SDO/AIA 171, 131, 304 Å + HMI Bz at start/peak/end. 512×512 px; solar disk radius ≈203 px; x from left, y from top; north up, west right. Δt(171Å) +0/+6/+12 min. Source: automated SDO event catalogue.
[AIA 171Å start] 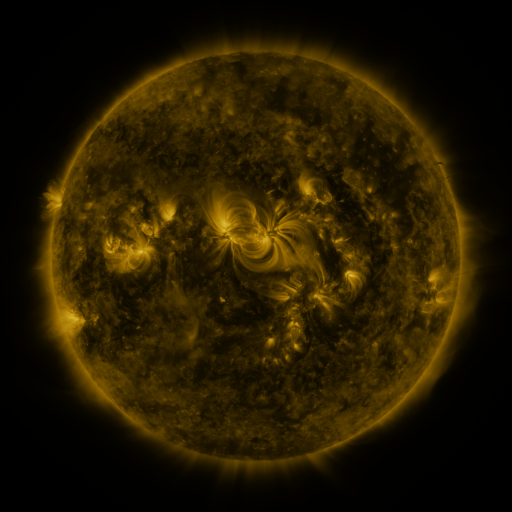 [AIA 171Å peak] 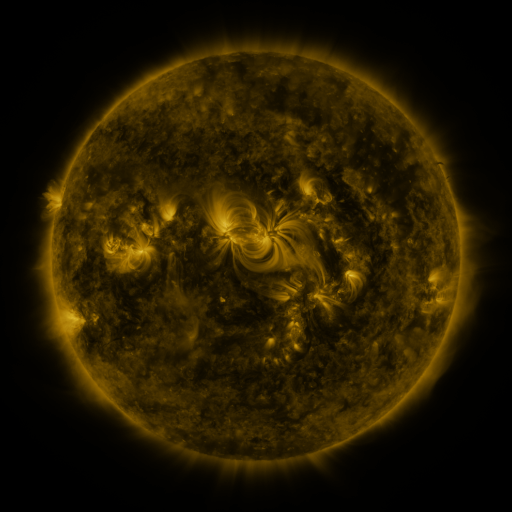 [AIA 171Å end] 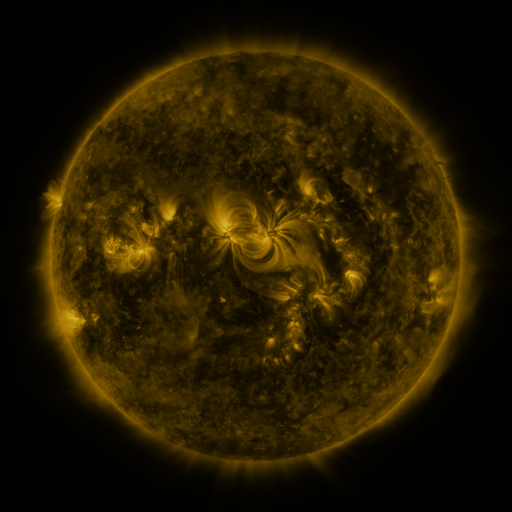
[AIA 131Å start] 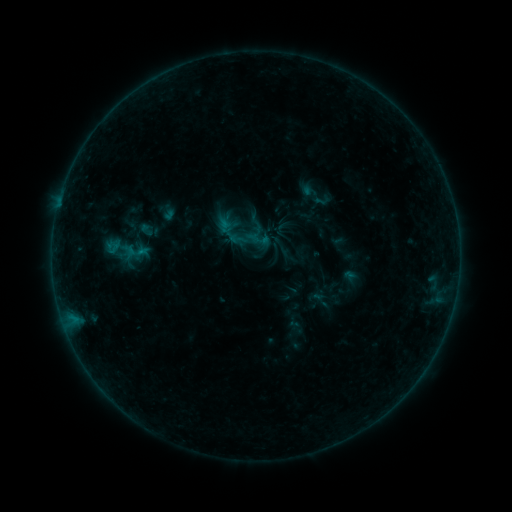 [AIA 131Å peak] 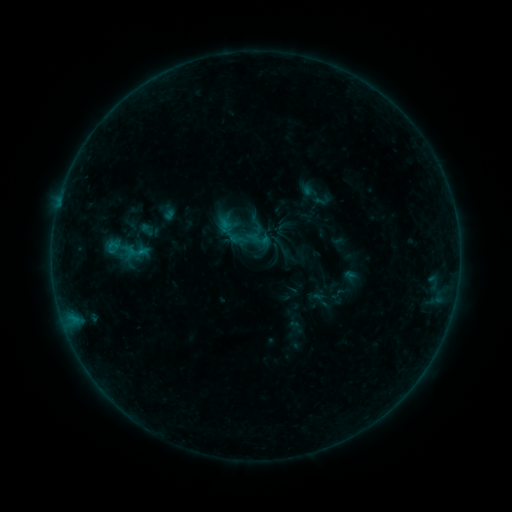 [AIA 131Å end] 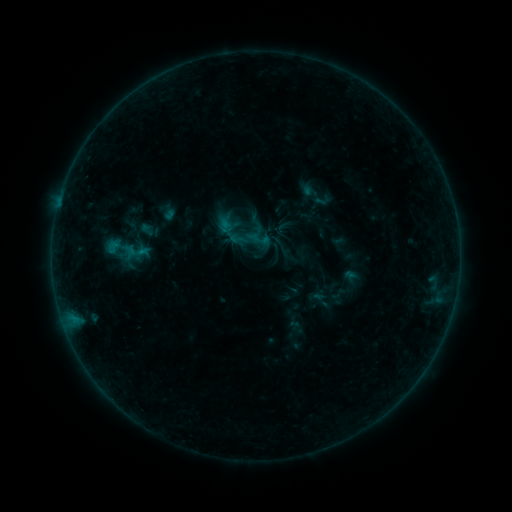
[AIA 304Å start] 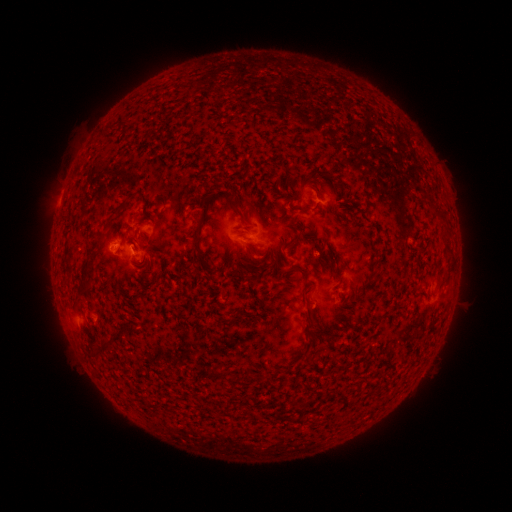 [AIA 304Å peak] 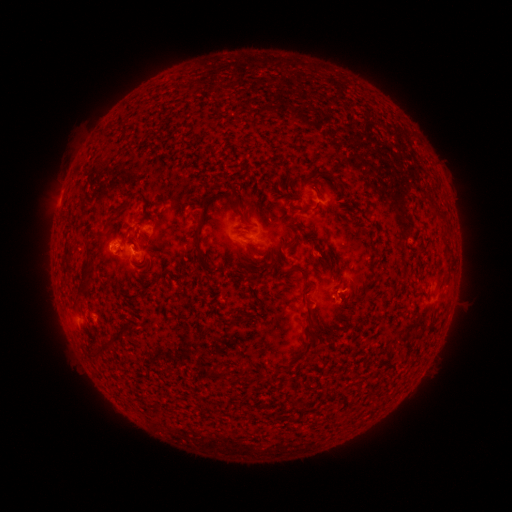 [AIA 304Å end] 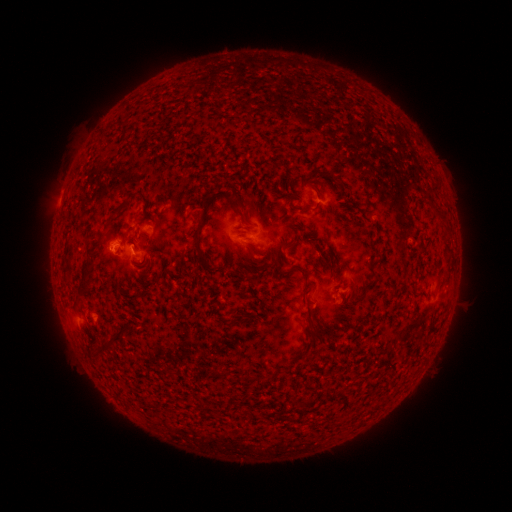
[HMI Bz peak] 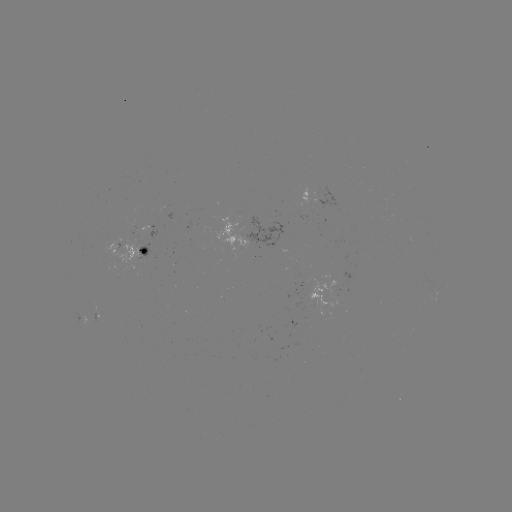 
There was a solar flare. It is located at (114, 249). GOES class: B3.1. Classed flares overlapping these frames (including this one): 1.